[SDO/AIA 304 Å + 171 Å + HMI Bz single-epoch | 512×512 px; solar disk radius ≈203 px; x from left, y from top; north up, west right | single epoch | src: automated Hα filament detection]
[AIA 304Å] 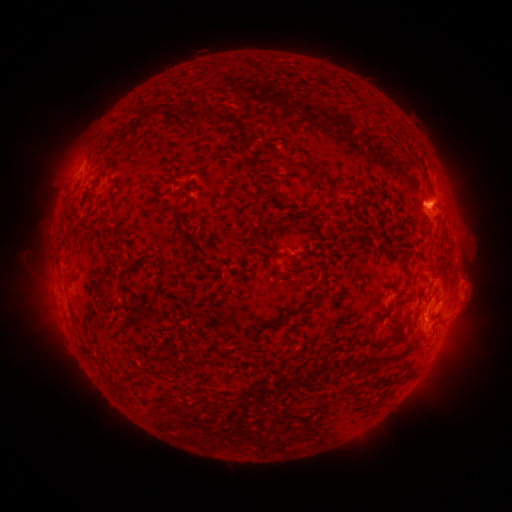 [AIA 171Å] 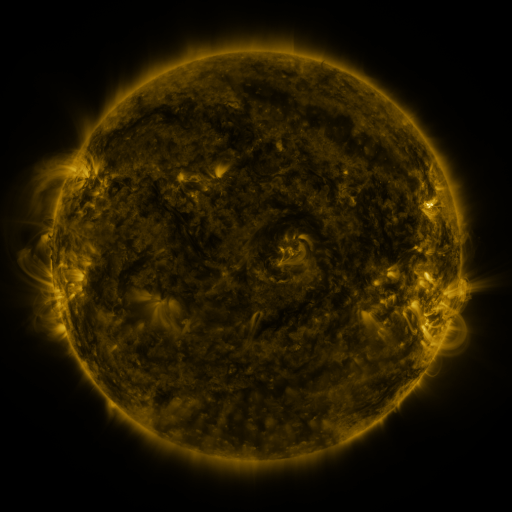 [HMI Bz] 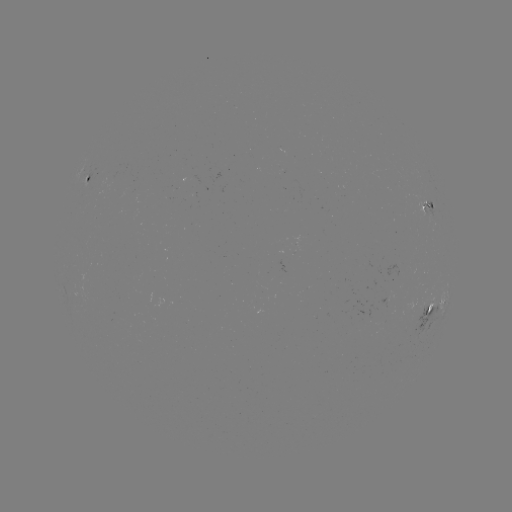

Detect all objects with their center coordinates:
filament: <bbox>179, 106, 190, 118</bbox>
filament: <bbox>189, 106, 208, 120</bbox>
filament: <bbox>207, 108, 218, 119</bbox>
filament: <bbox>220, 114, 247, 133</bbox>
filament: <bbox>240, 137, 253, 154</bbox>
filament: <bbox>112, 177, 127, 186</bbox>
filament: <bbox>338, 186, 353, 194</bbox>
filament: <bbox>78, 189, 92, 205</bbox>
filament: <bbox>164, 202, 178, 214</bbox>
filament: <bbox>260, 251, 279, 278</bbox>
filament: <bbox>300, 299, 319, 309</bbox>
filament: <bbox>424, 306, 432, 315</bbox>
filament: <bbox>283, 307, 300, 317</bbox>
filament: <bbox>355, 321, 376, 333</bbox>
filament: <bbox>266, 322, 280, 329</bbox>
filament: <bbox>389, 323, 399, 340</bbox>
filament: <bbox>400, 371, 414, 381</bbox>
